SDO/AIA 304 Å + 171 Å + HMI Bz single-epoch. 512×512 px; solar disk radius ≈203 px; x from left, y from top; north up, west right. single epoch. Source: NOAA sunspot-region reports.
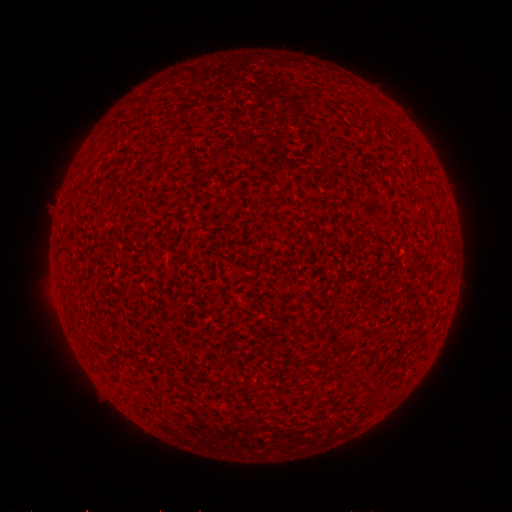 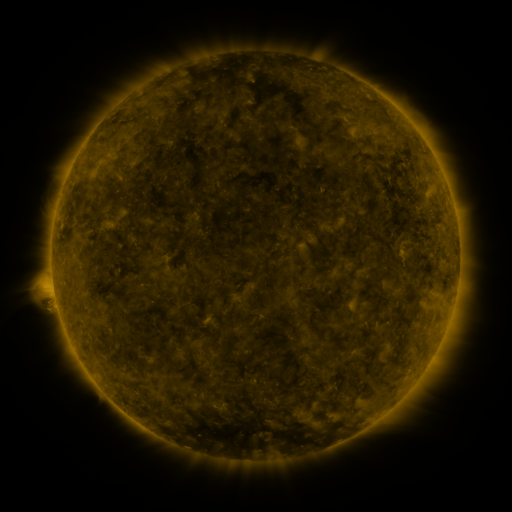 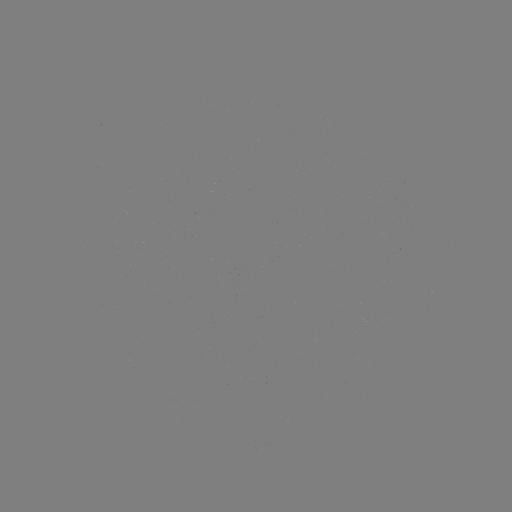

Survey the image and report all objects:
(none)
